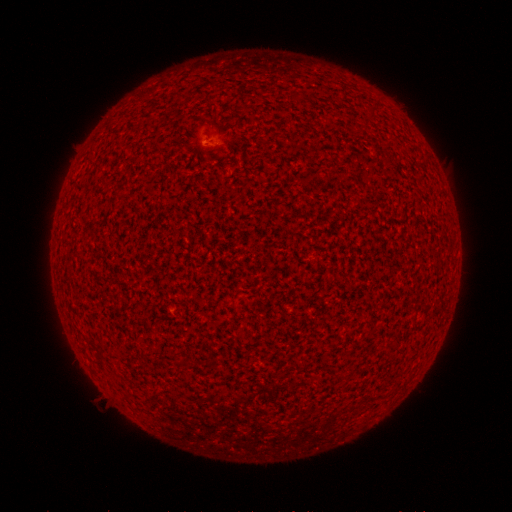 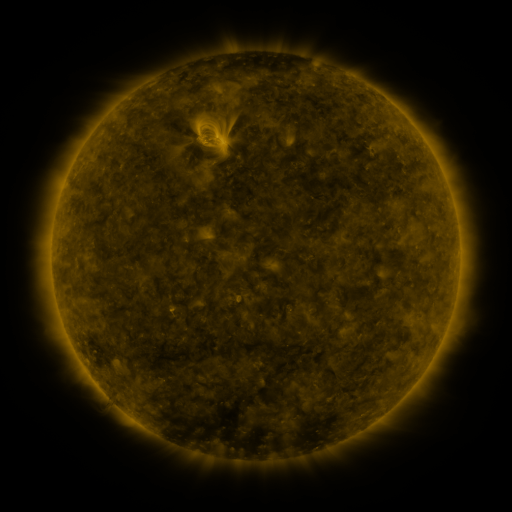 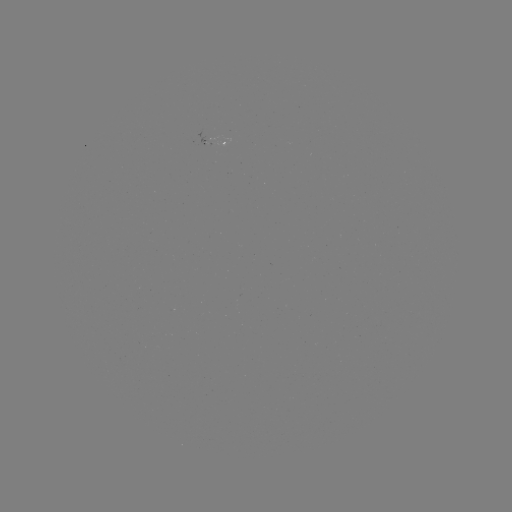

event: spotted active region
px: (224, 144)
